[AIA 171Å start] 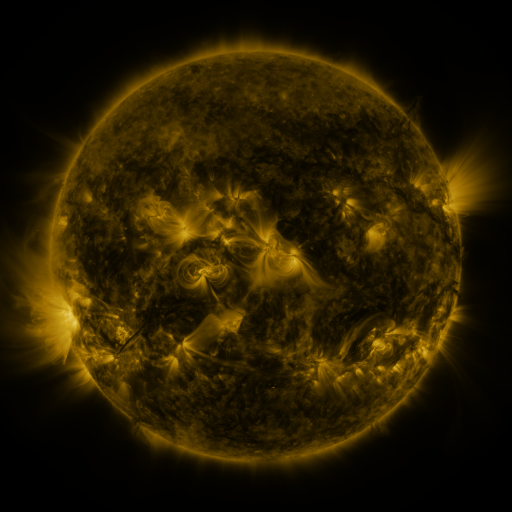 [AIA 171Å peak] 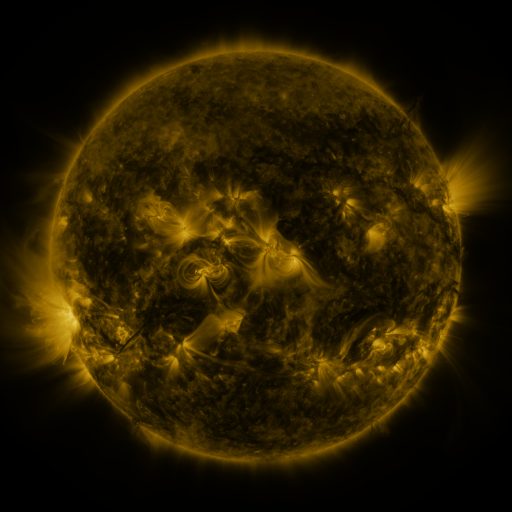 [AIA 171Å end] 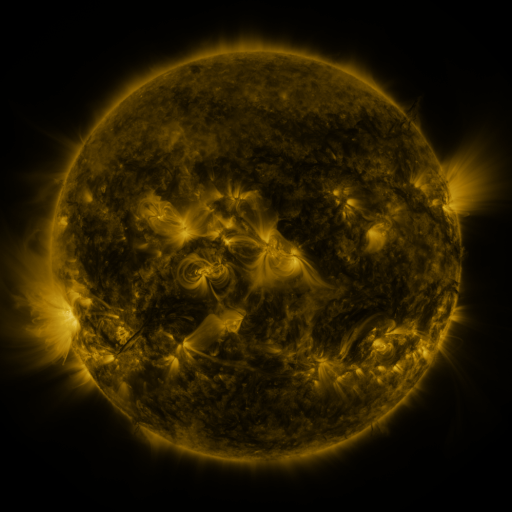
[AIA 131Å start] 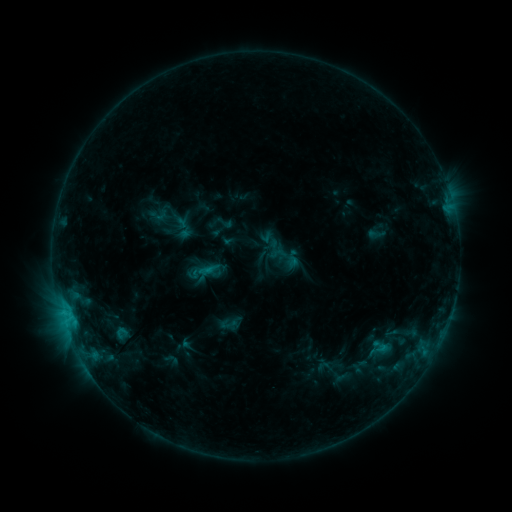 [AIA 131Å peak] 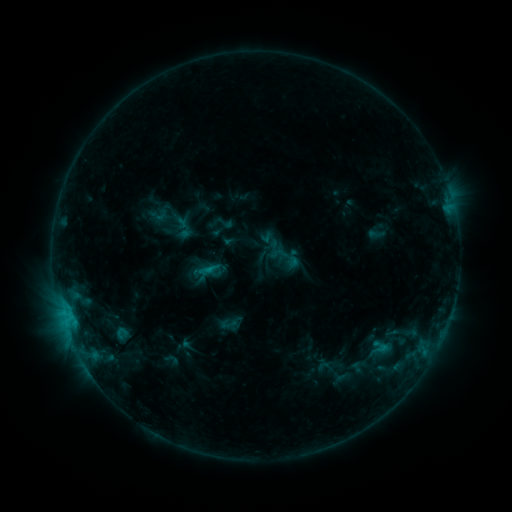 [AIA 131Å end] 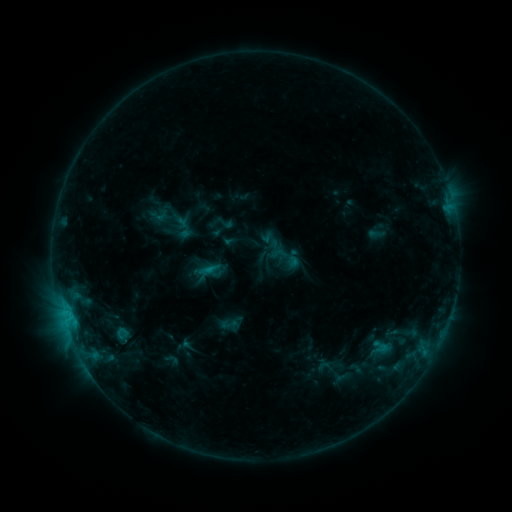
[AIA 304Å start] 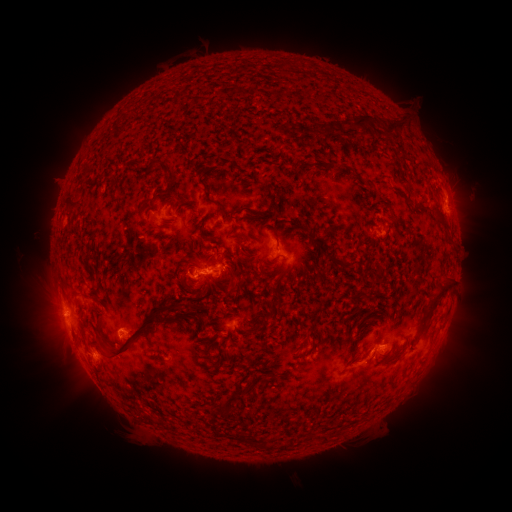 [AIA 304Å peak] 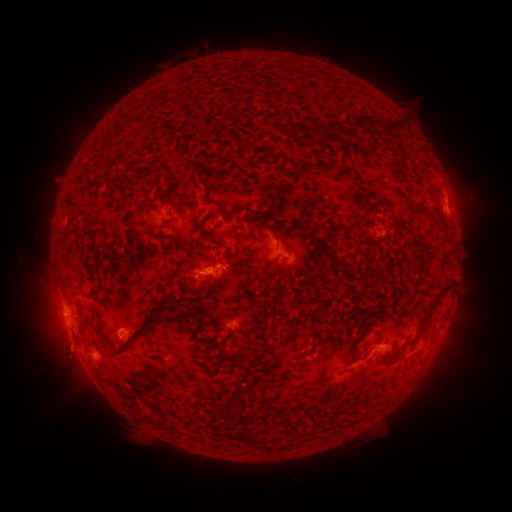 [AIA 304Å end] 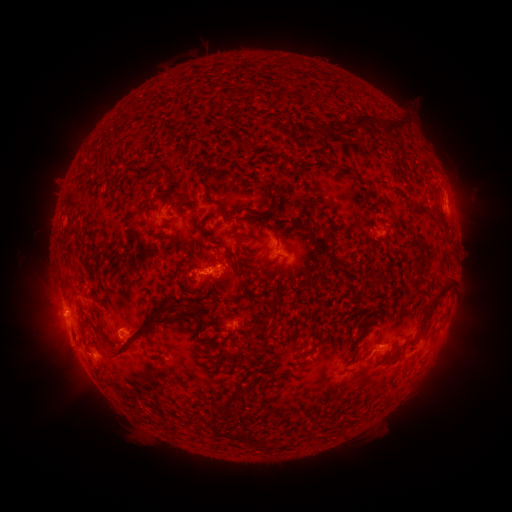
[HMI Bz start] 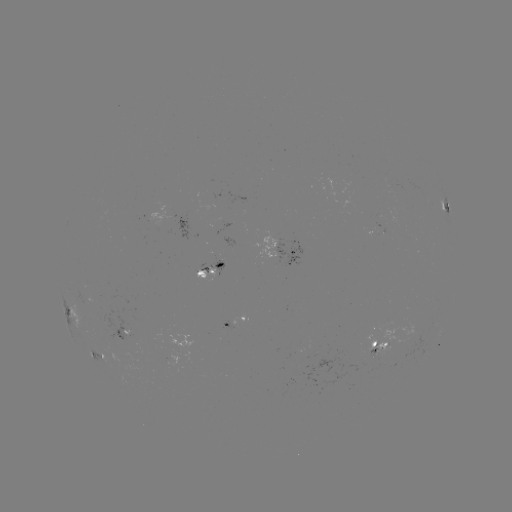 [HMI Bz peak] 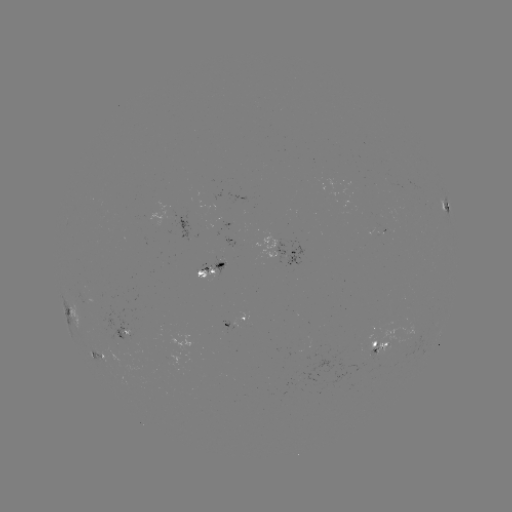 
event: eruption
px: (64, 348)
